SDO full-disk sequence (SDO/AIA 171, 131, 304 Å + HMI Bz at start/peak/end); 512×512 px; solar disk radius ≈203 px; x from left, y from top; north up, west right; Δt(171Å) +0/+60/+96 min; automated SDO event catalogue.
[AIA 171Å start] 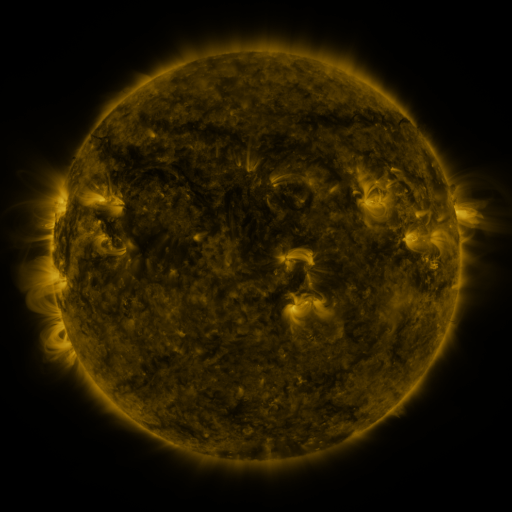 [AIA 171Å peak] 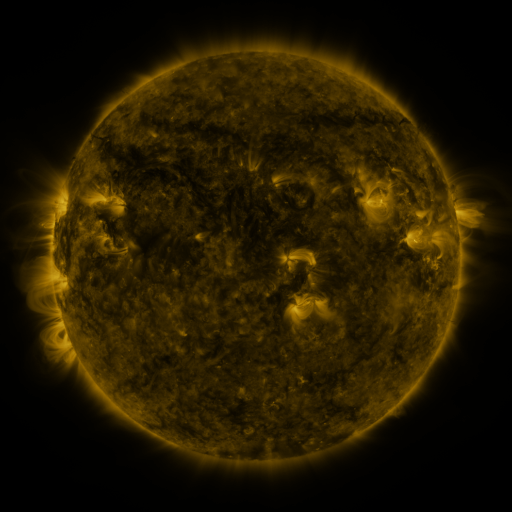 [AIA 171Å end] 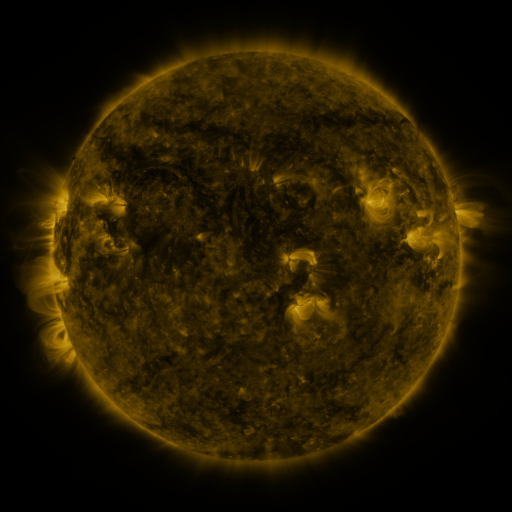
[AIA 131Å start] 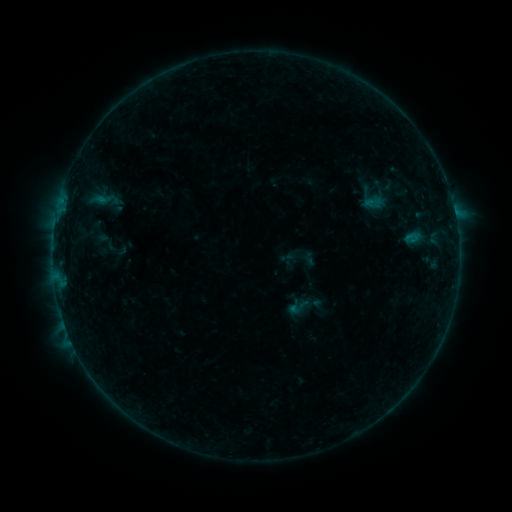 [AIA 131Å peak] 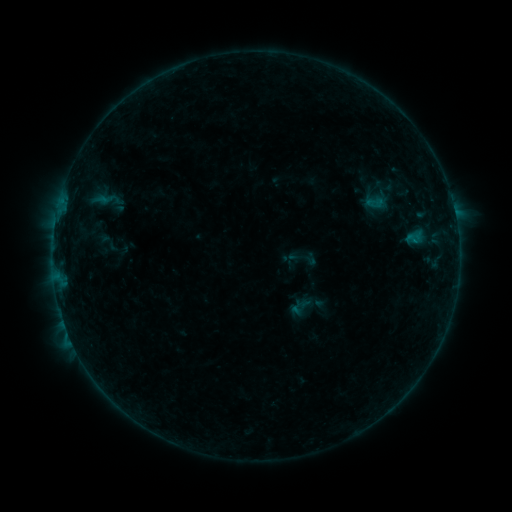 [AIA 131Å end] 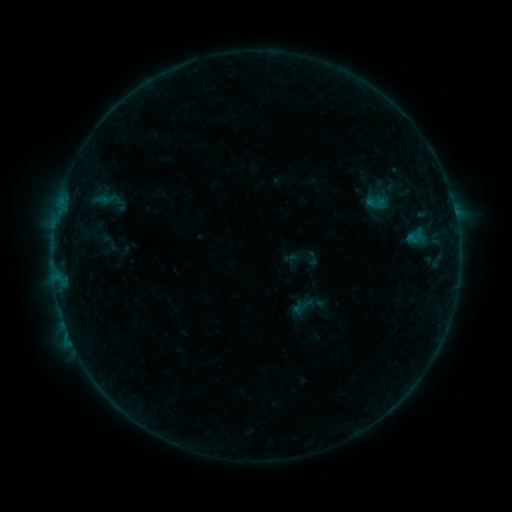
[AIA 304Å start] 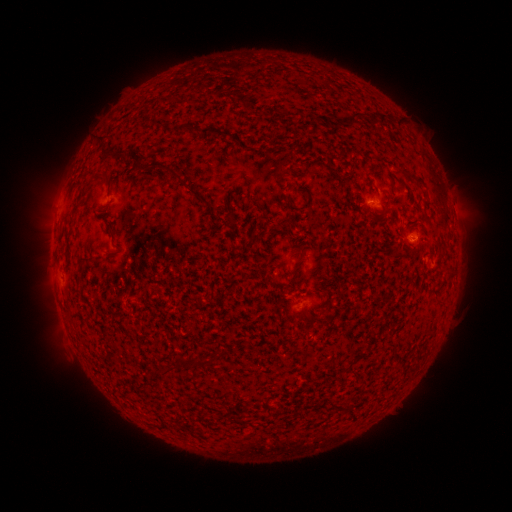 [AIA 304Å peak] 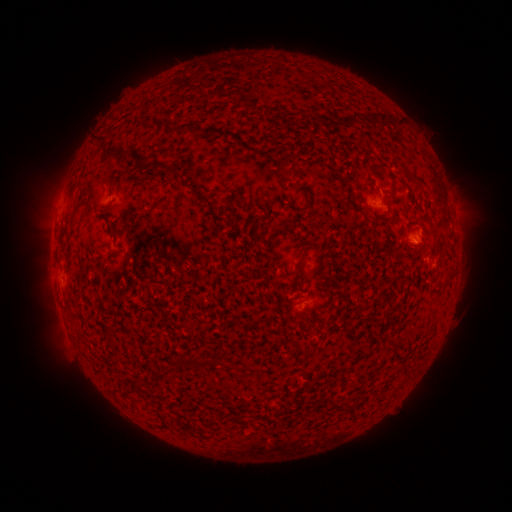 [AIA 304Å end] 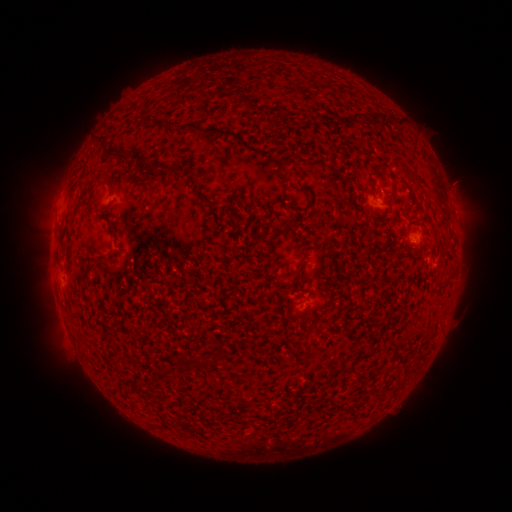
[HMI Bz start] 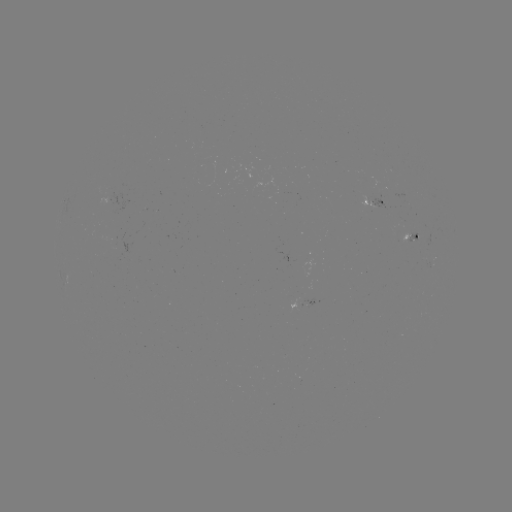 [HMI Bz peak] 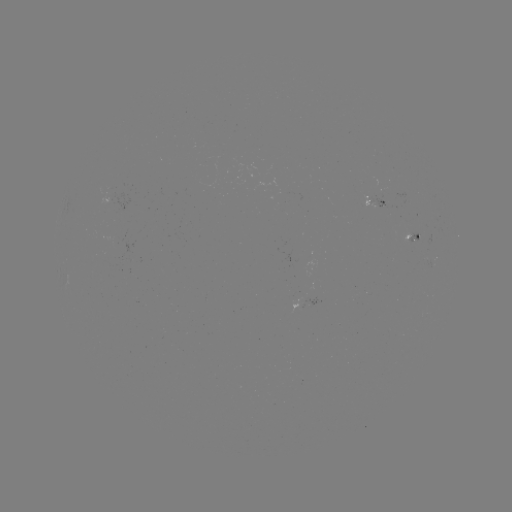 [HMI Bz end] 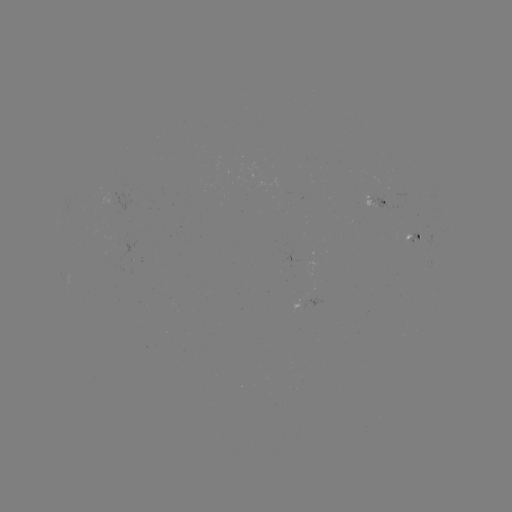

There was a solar emerging-flux region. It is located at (417, 237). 